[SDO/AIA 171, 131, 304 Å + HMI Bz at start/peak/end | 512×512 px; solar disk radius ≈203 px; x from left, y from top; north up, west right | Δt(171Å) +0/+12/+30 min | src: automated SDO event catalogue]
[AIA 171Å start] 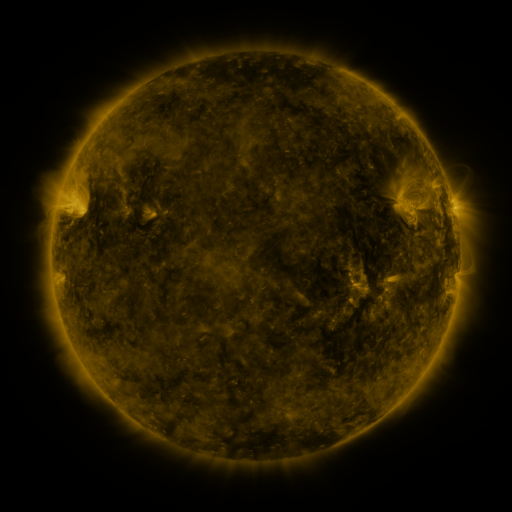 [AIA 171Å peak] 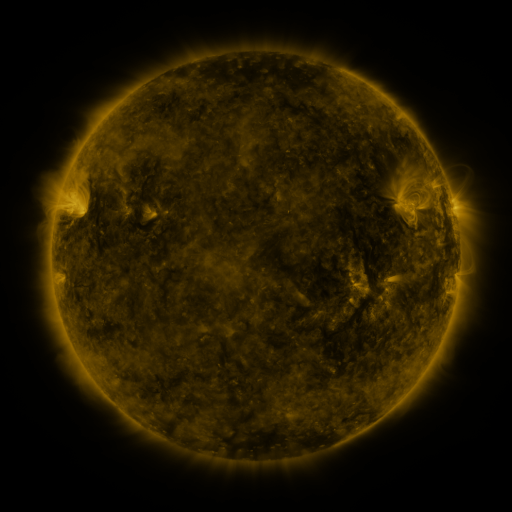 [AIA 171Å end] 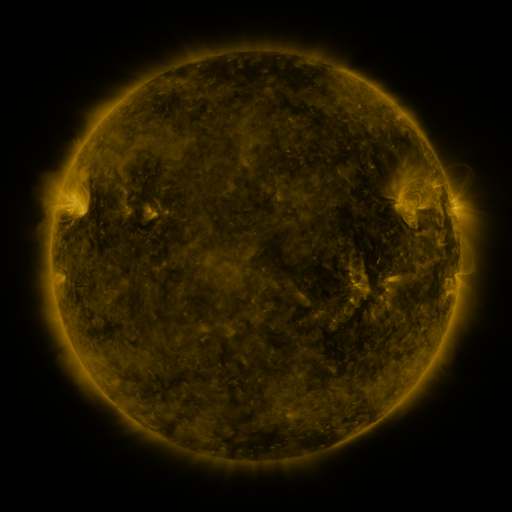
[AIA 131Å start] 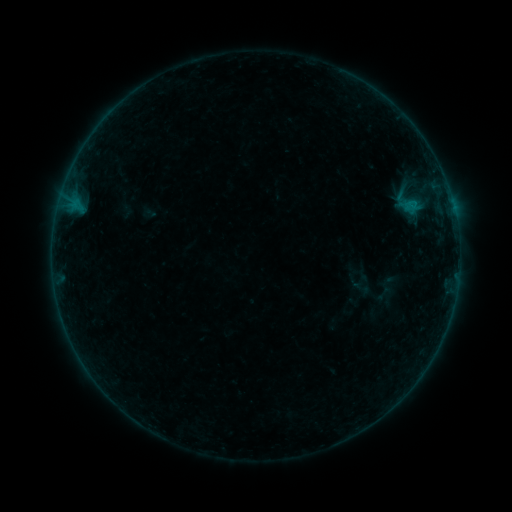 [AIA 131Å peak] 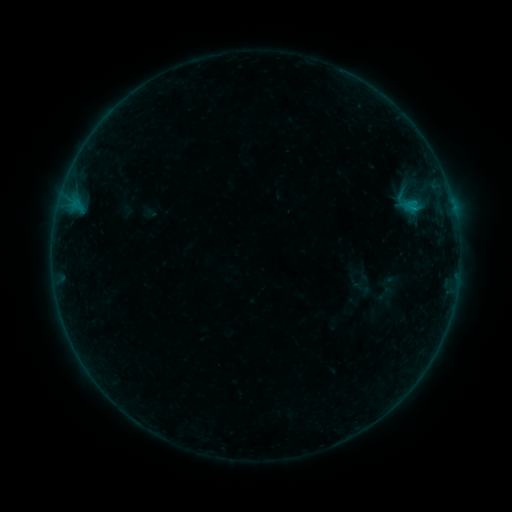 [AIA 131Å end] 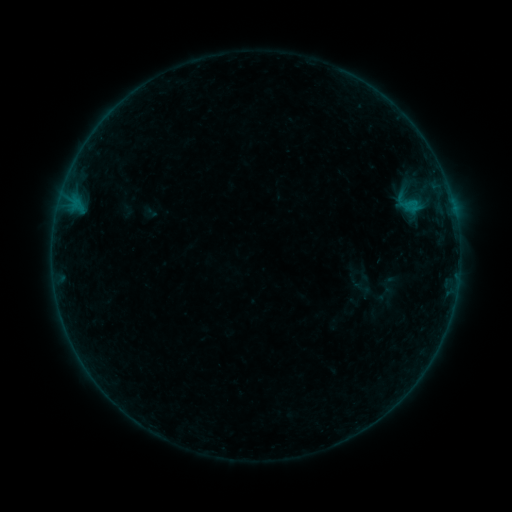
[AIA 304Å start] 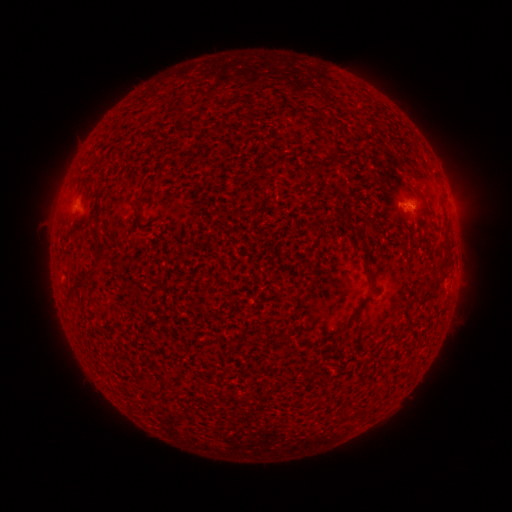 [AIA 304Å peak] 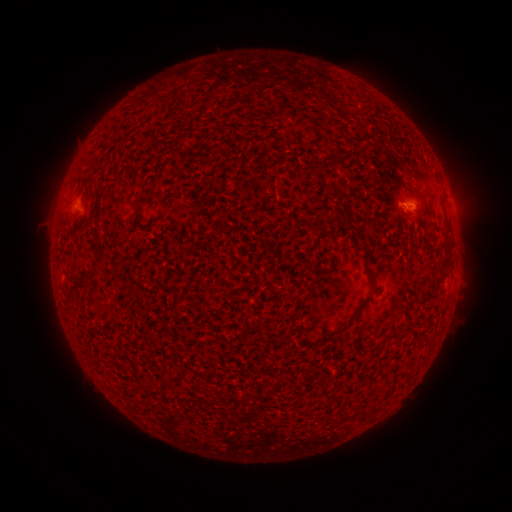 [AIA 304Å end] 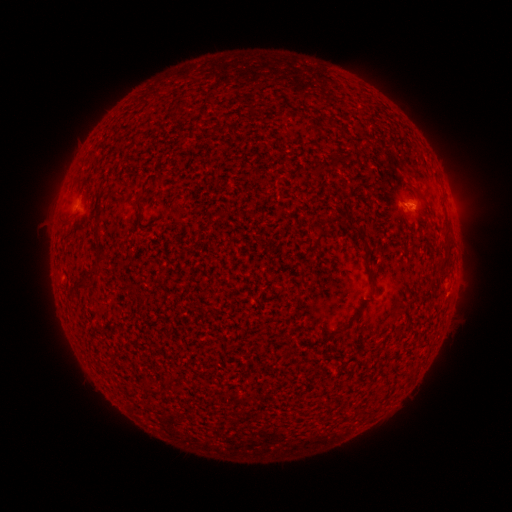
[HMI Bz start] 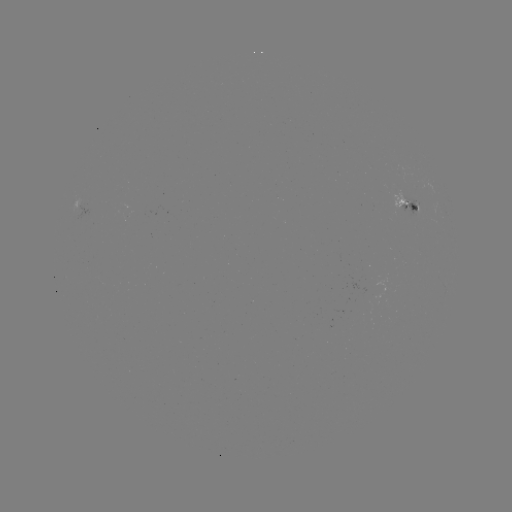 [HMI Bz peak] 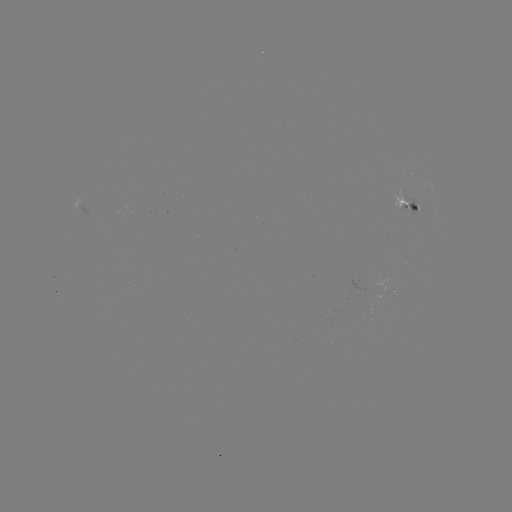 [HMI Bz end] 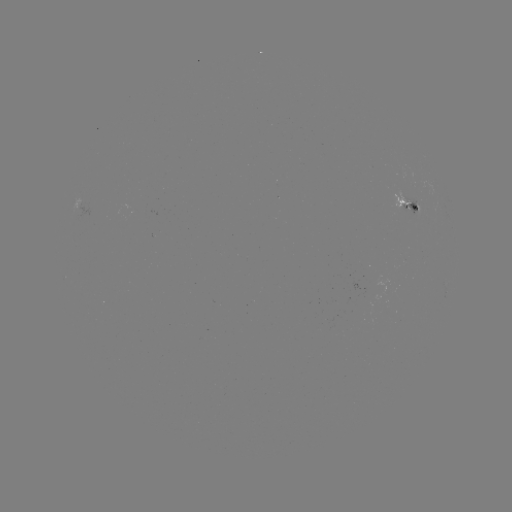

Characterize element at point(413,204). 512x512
B3.1 flare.